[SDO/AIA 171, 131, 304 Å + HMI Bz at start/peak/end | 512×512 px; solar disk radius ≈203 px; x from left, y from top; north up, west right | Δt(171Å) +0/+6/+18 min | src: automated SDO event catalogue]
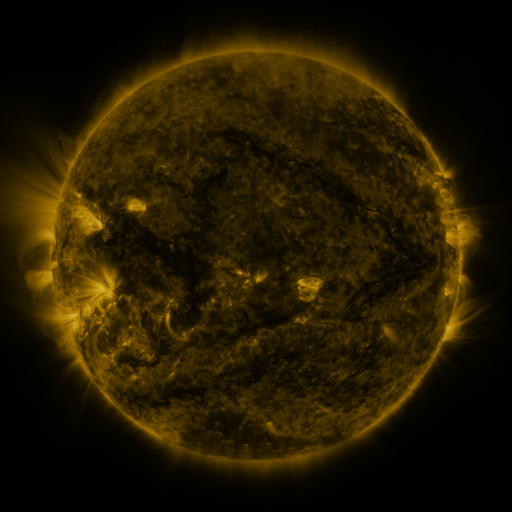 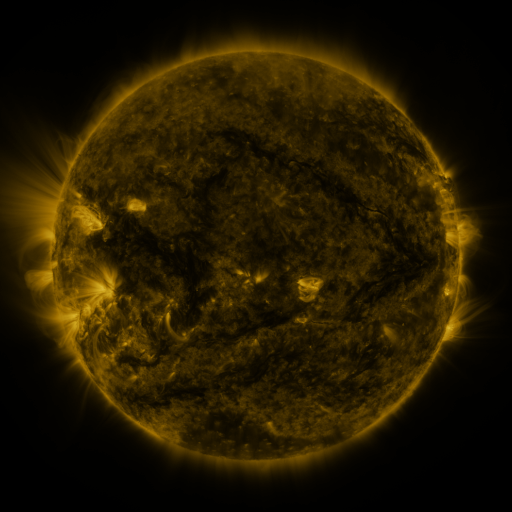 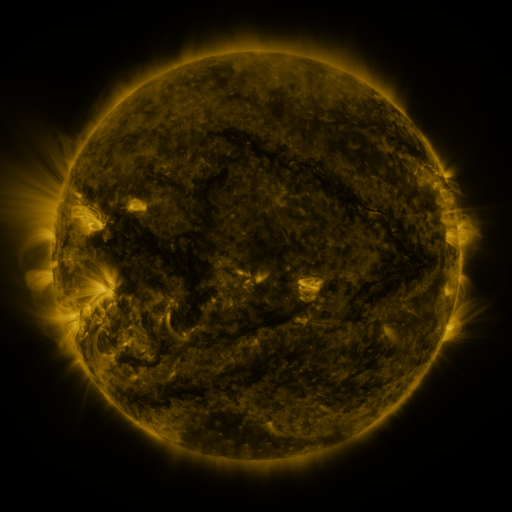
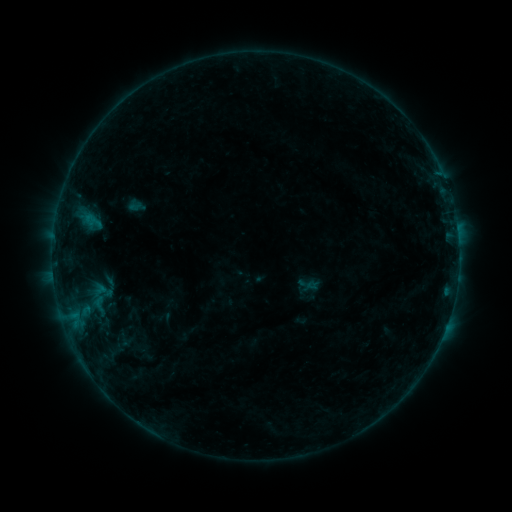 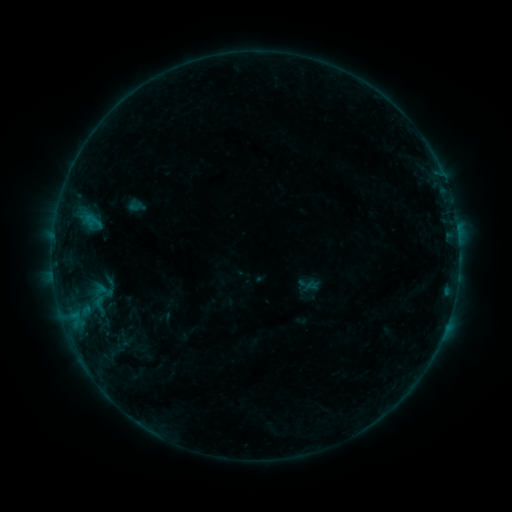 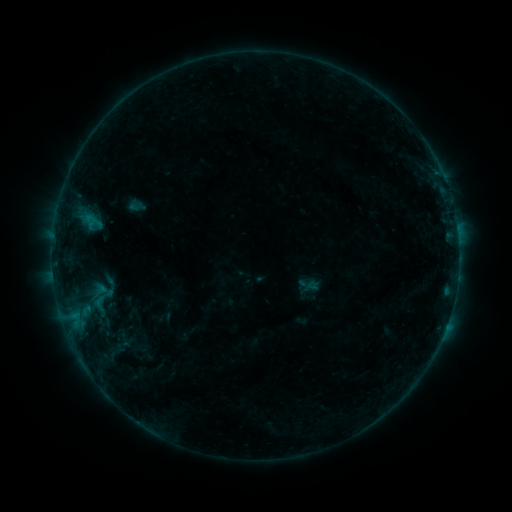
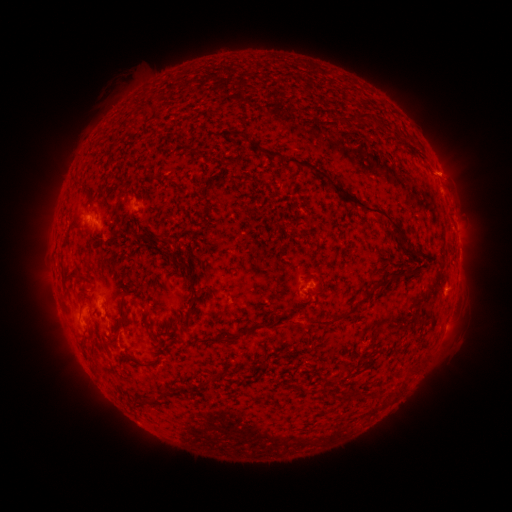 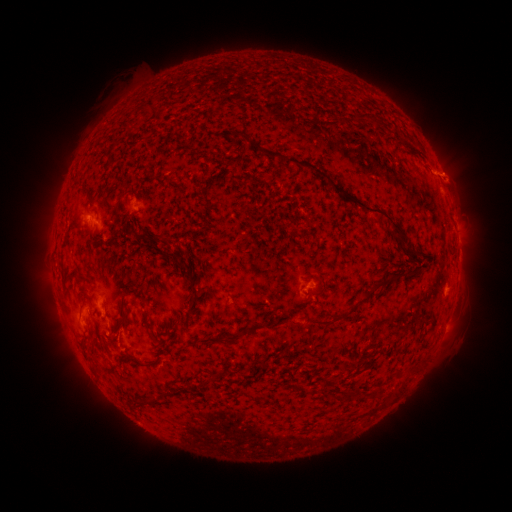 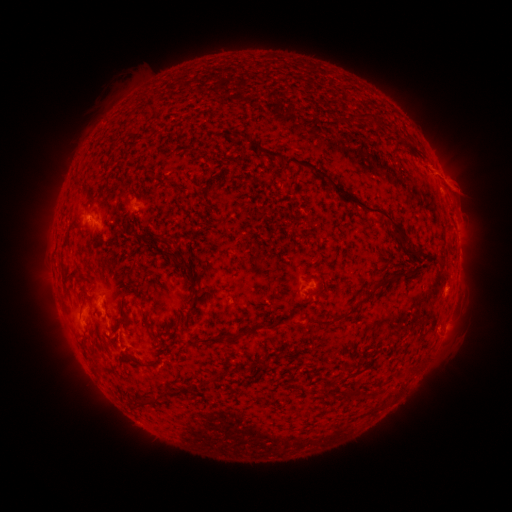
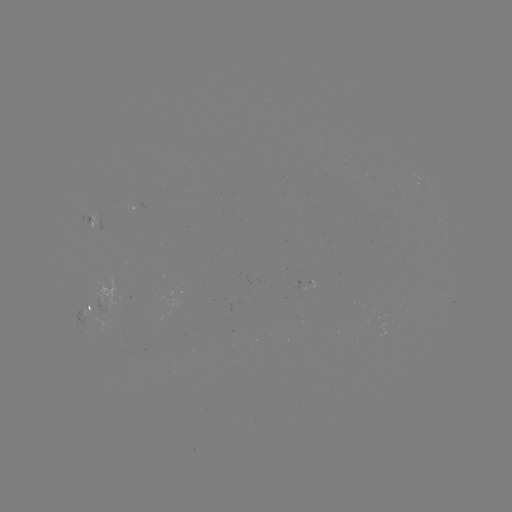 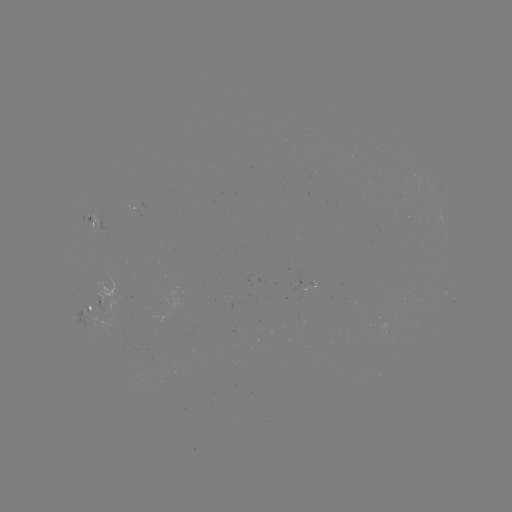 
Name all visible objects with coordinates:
eruption: (451, 177)
